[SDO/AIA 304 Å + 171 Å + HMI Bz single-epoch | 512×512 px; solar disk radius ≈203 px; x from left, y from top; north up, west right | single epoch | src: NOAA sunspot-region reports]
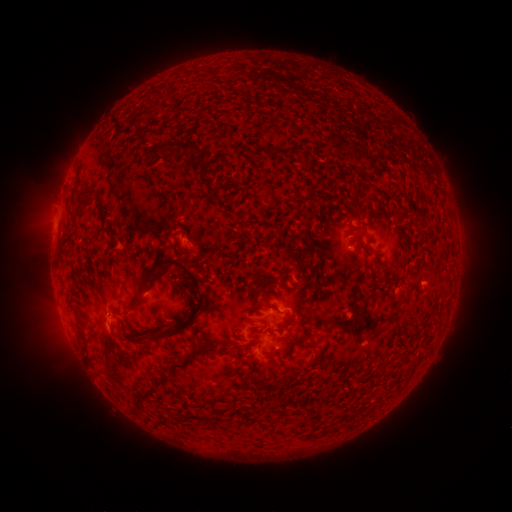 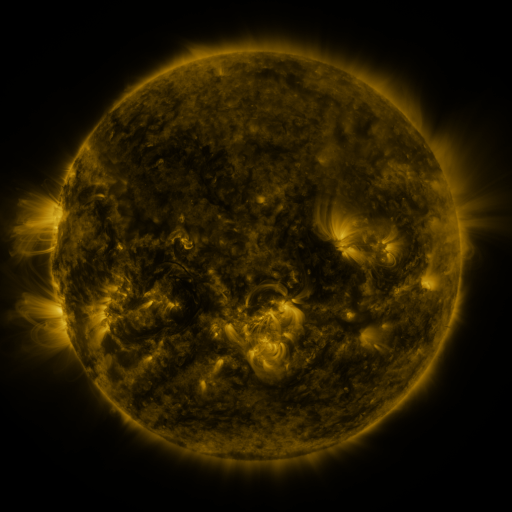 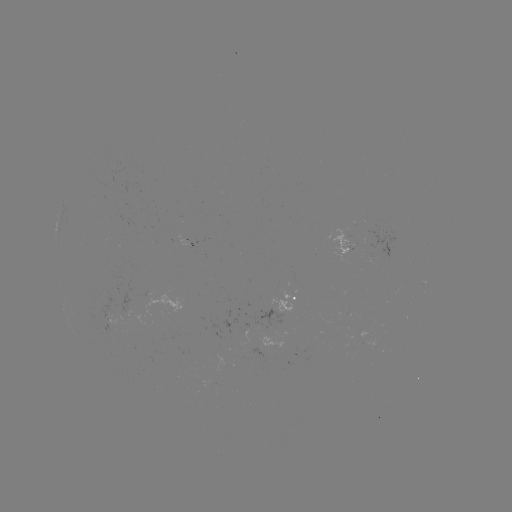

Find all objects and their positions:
spotted active region: (344, 241)
spotted active region: (287, 312)
